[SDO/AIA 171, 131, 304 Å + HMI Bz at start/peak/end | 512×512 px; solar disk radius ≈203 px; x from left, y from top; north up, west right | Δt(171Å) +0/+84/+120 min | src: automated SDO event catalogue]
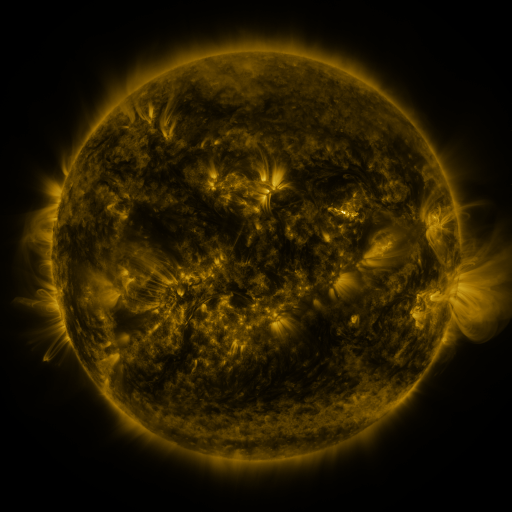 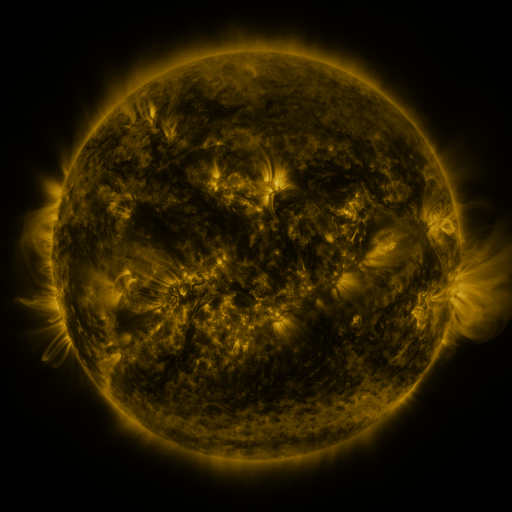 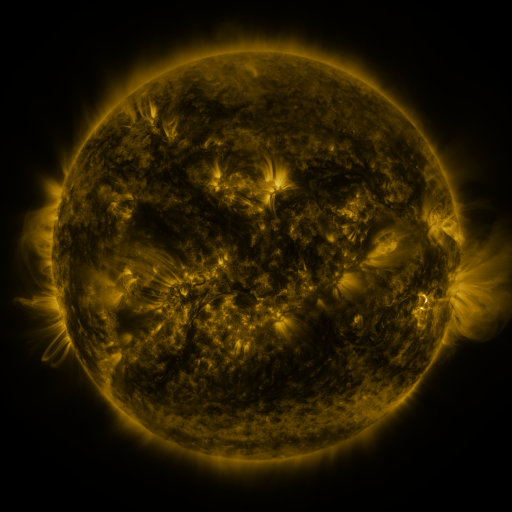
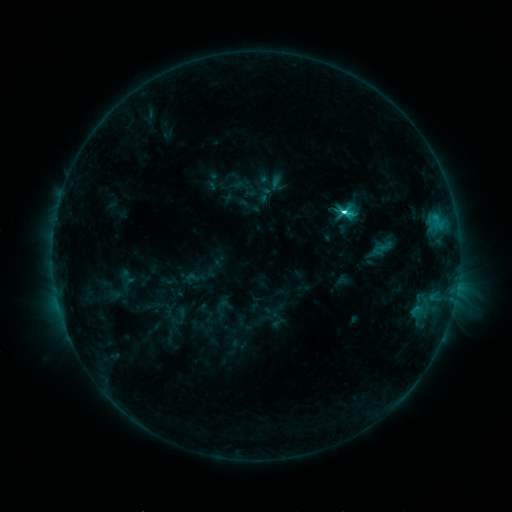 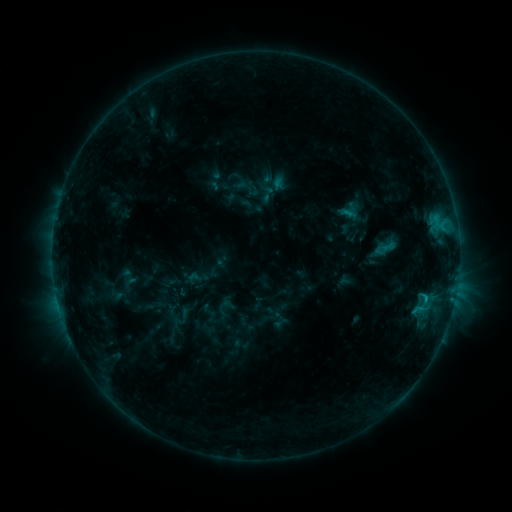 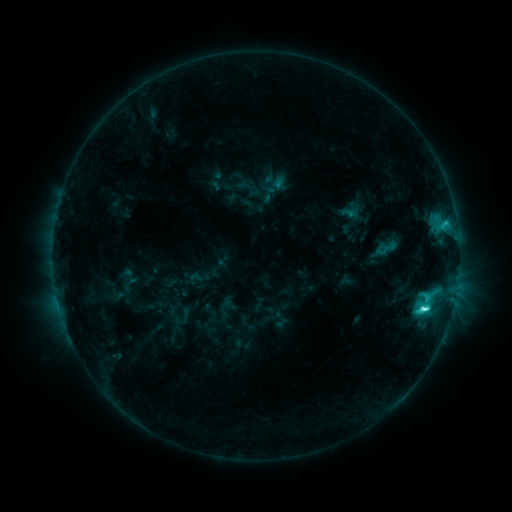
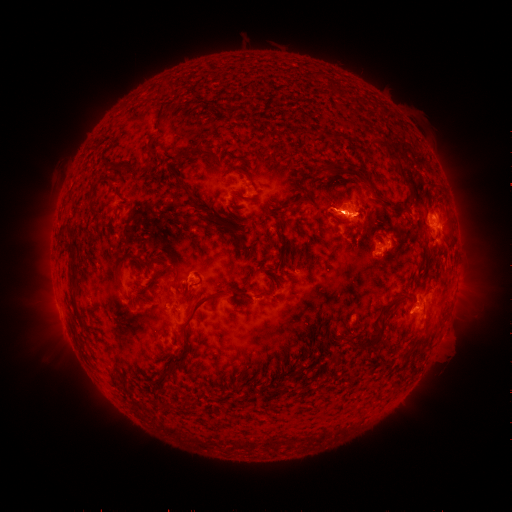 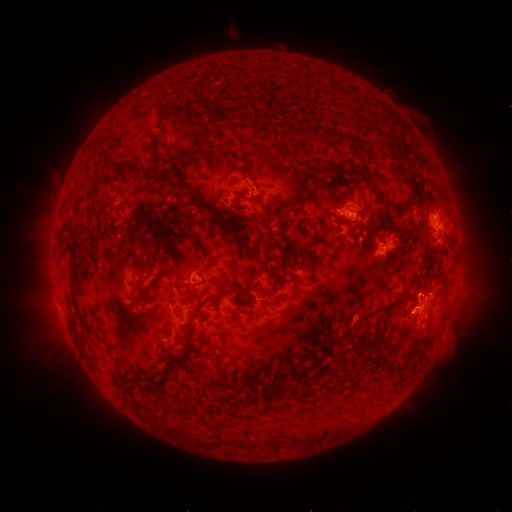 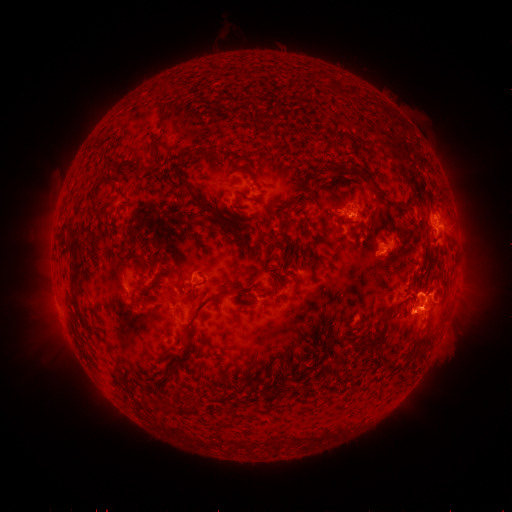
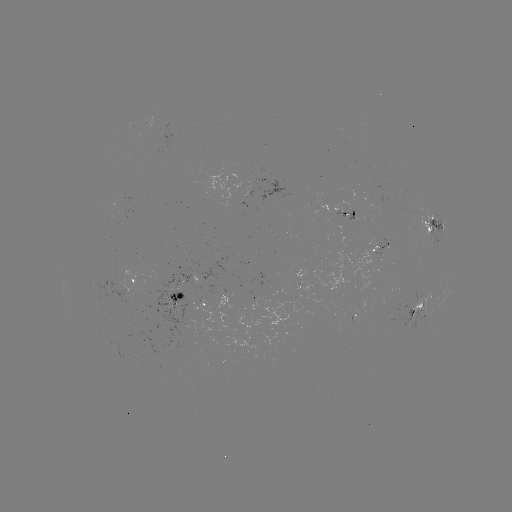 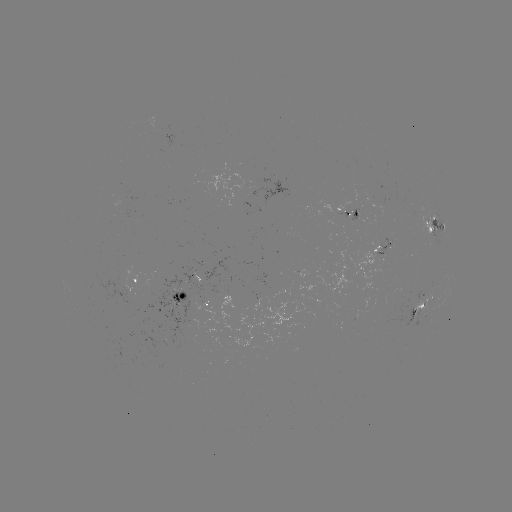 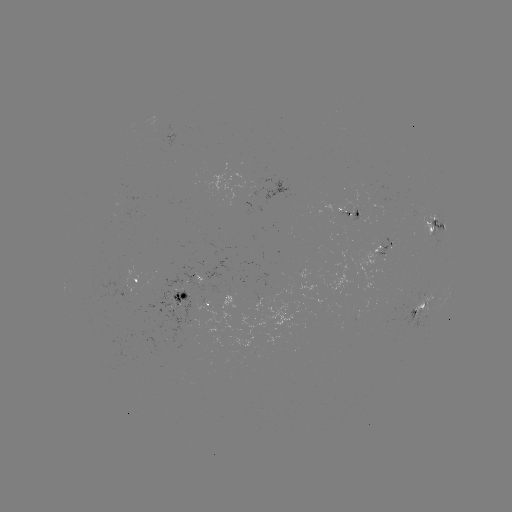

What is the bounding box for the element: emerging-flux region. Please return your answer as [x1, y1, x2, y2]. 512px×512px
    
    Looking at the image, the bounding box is [195, 258, 232, 292].